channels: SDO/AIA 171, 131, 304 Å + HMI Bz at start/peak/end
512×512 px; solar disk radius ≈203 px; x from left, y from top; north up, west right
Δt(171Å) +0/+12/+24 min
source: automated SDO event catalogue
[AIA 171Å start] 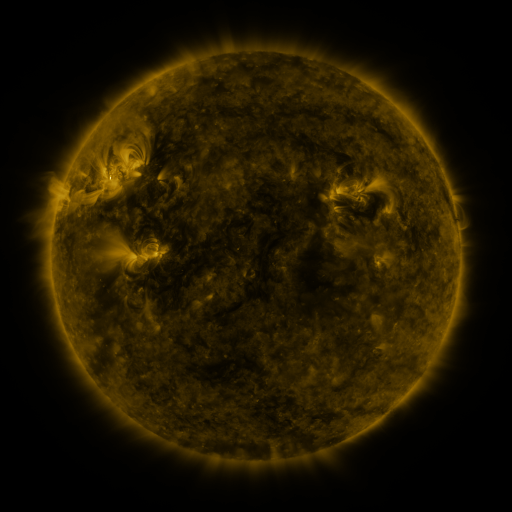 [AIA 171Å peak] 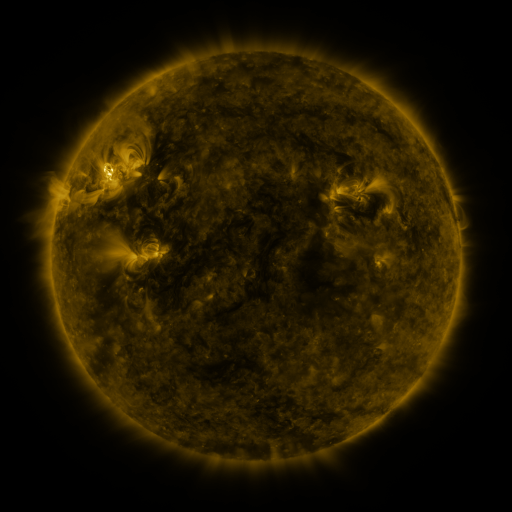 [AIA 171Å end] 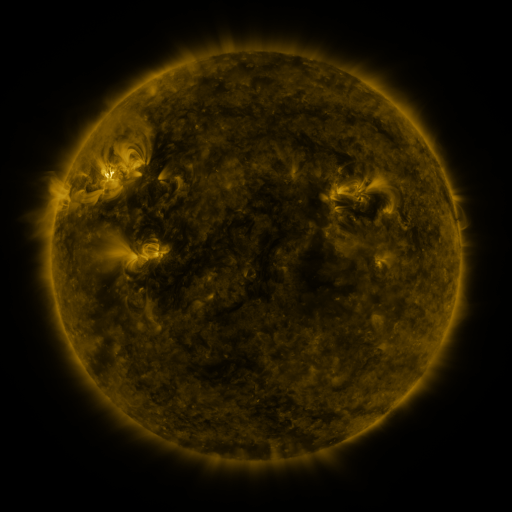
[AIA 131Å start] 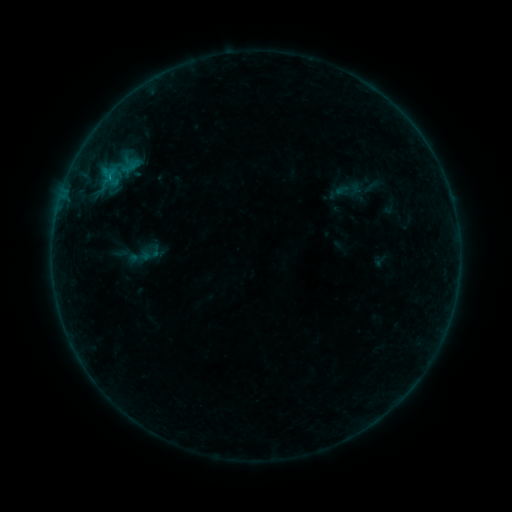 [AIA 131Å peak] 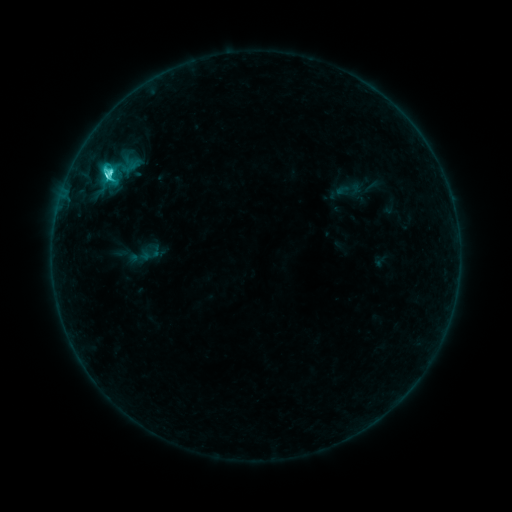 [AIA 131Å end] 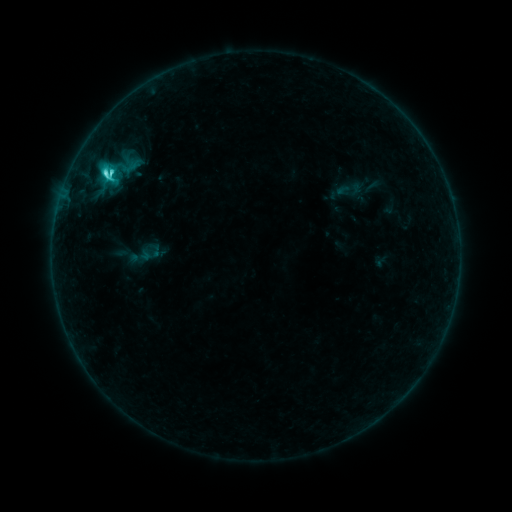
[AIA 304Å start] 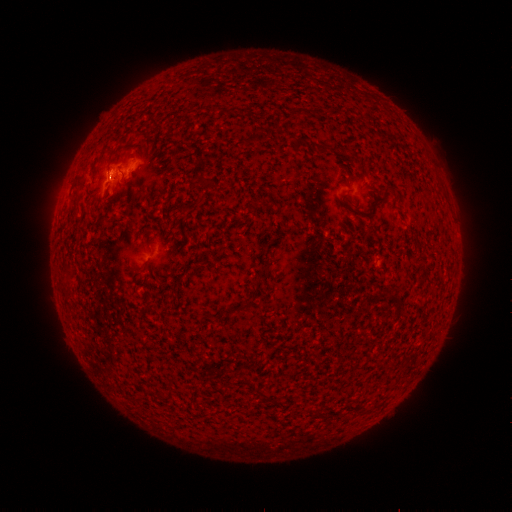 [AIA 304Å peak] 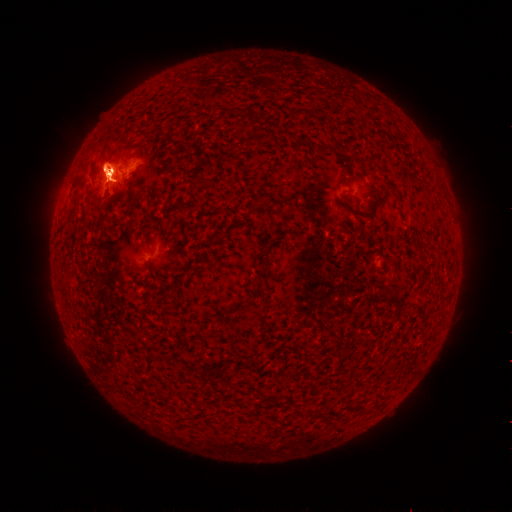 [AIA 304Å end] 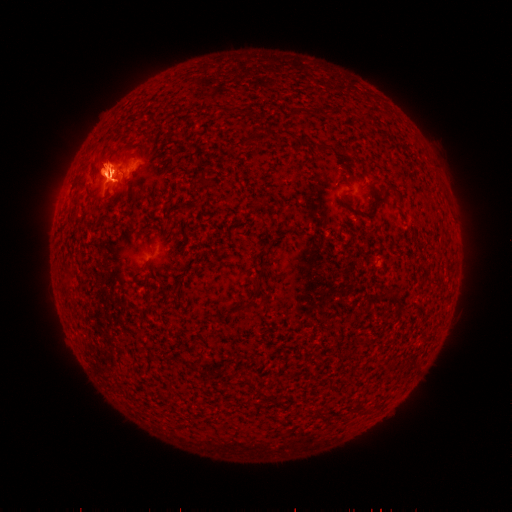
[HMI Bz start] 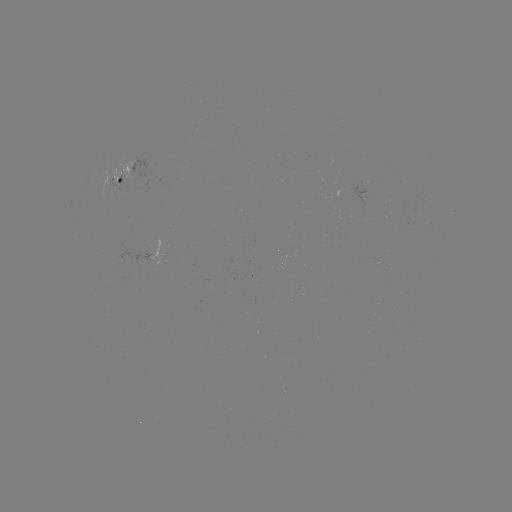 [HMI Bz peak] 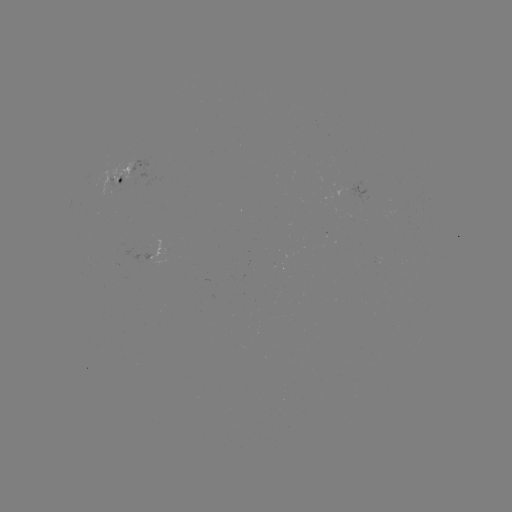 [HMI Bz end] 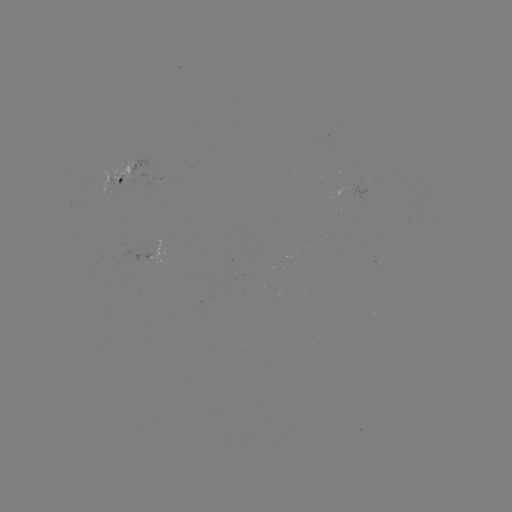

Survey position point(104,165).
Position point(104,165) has eruption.